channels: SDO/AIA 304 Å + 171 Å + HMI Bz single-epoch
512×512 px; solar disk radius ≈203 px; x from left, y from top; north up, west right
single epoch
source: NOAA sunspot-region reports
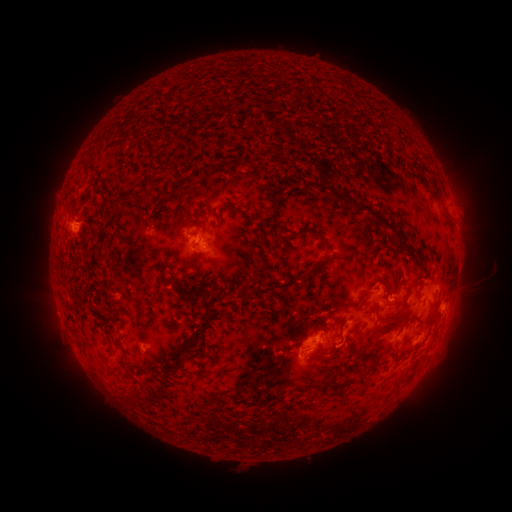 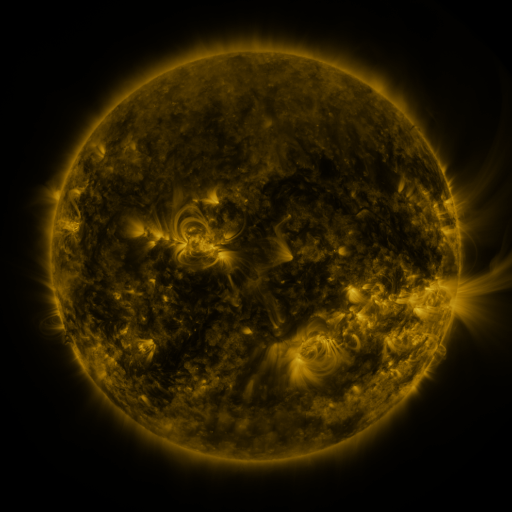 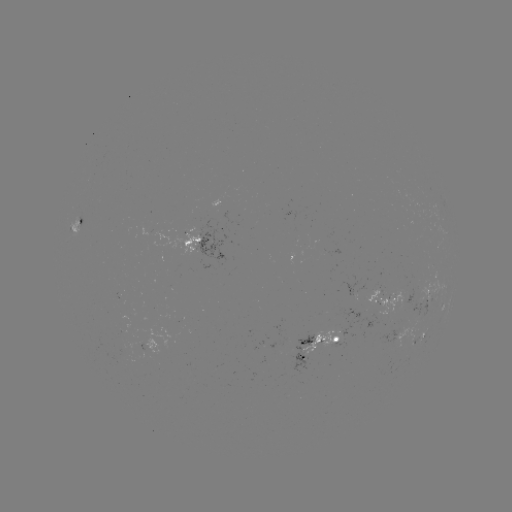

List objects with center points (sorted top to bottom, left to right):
spotted active region: (76, 226)
spotted active region: (203, 245)
spotted active region: (434, 294)
spotted active region: (388, 297)
spotted active region: (423, 335)
spotted active region: (324, 344)
